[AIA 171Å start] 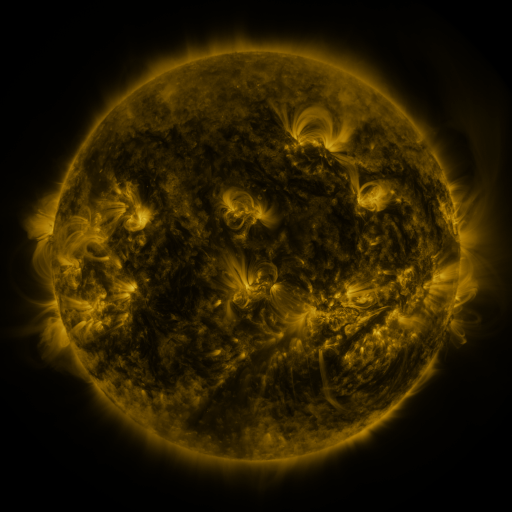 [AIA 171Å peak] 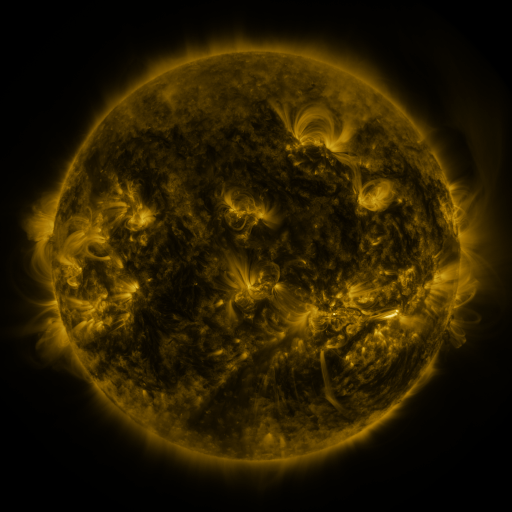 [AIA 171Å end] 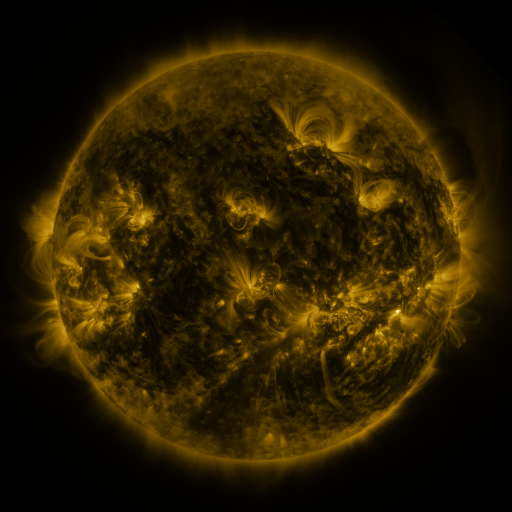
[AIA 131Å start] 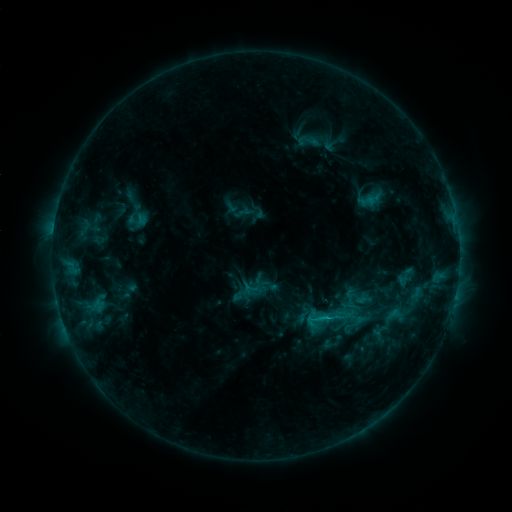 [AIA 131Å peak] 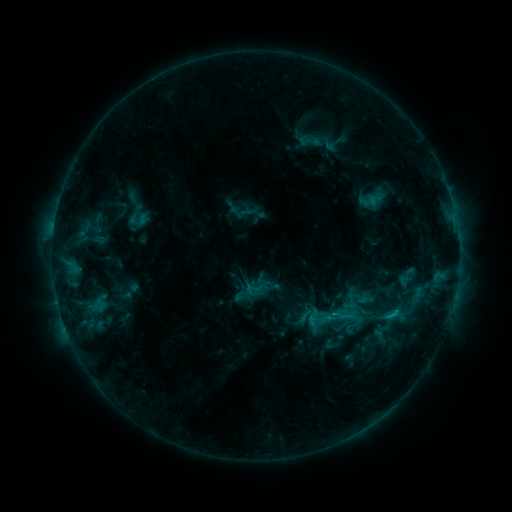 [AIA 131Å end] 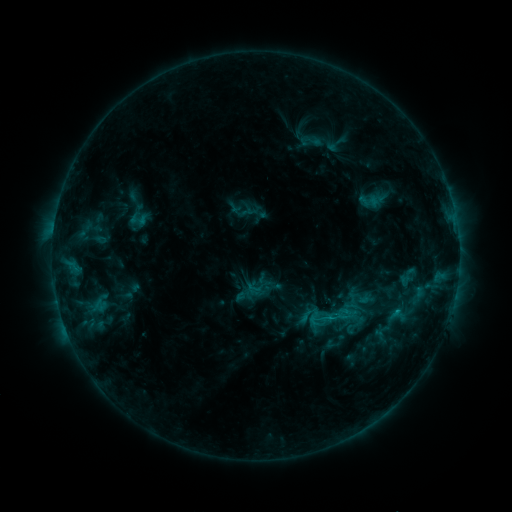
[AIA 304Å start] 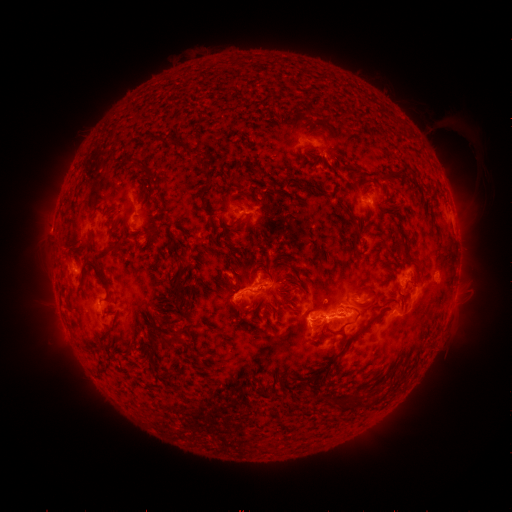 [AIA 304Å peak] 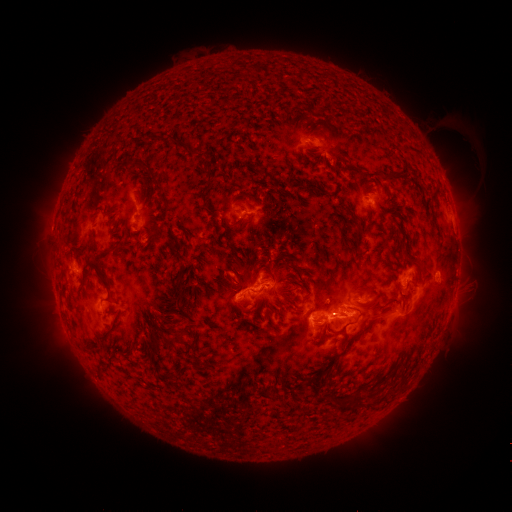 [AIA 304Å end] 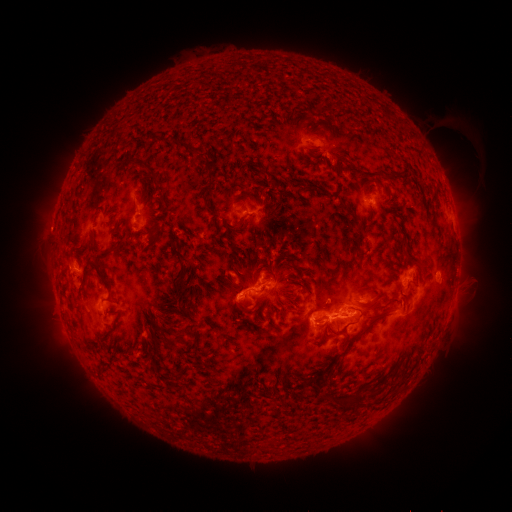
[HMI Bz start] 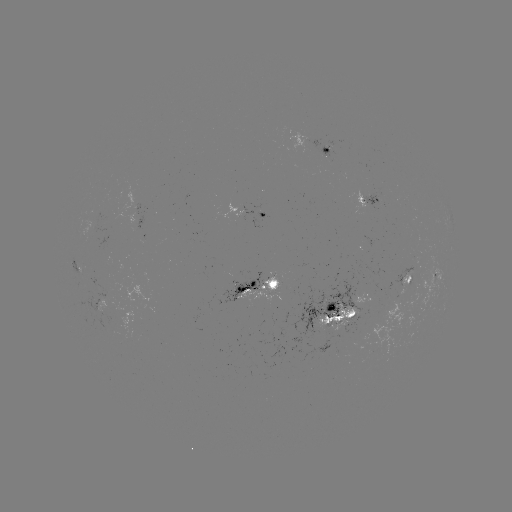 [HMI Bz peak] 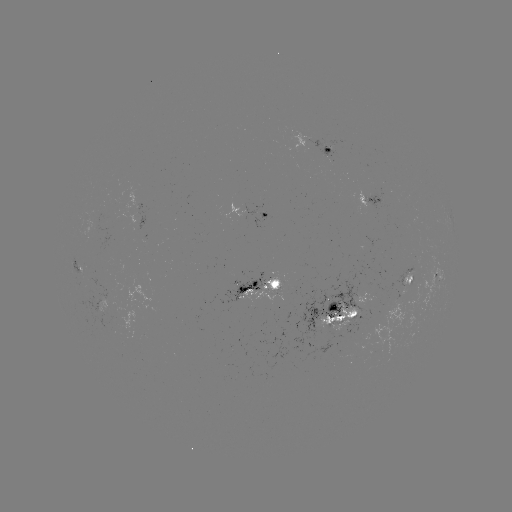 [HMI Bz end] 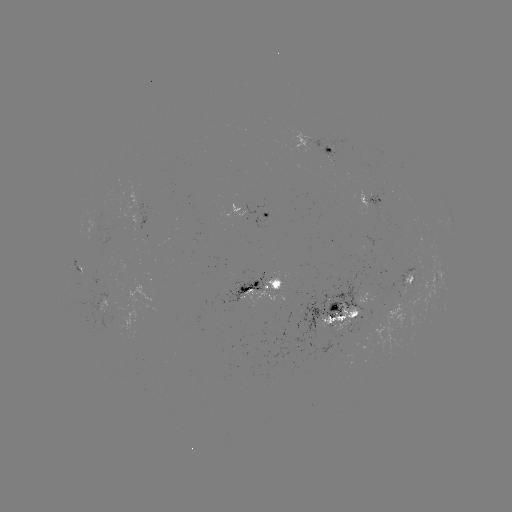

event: emerging-flux region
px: (372, 197)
